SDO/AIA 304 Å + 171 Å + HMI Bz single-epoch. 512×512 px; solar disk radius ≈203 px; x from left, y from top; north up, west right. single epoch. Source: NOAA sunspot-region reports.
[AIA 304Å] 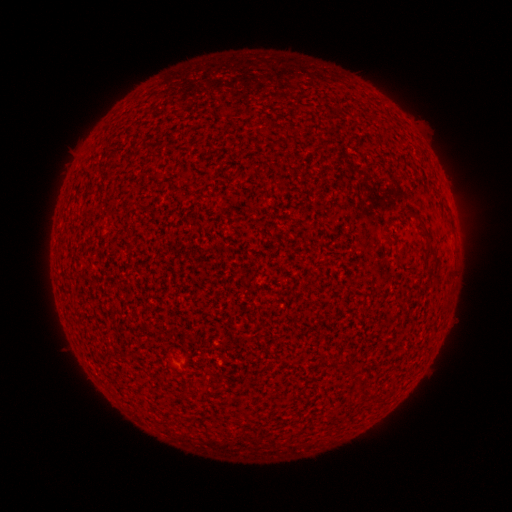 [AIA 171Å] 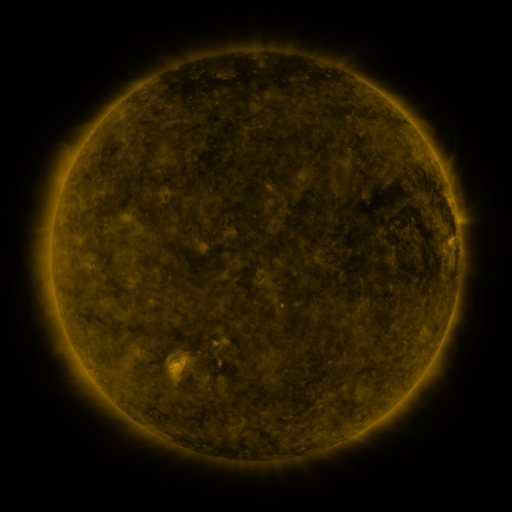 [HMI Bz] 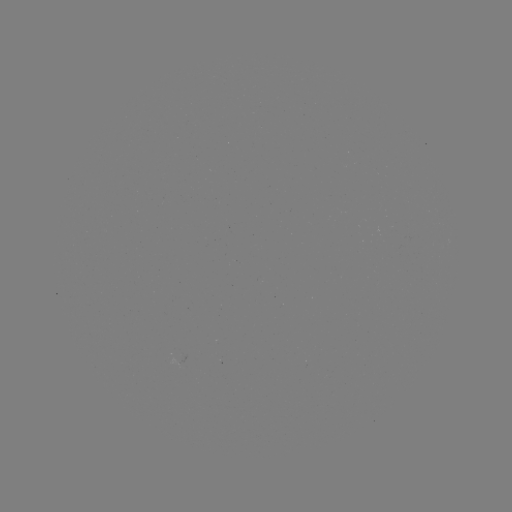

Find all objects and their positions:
(none)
